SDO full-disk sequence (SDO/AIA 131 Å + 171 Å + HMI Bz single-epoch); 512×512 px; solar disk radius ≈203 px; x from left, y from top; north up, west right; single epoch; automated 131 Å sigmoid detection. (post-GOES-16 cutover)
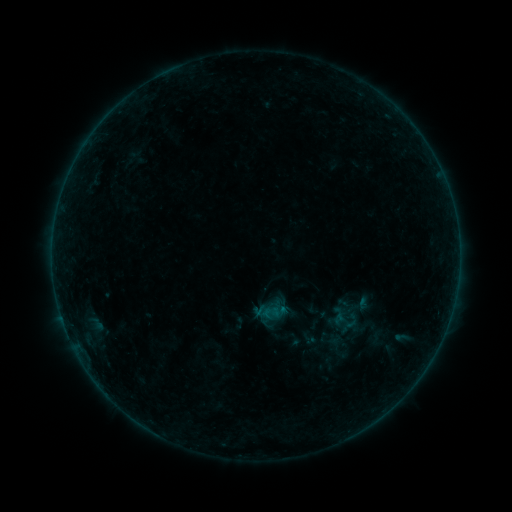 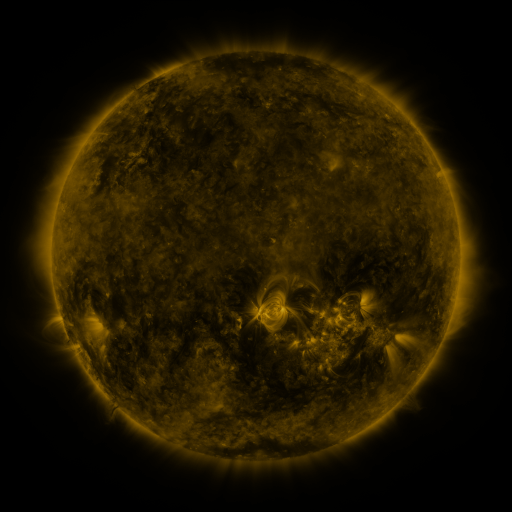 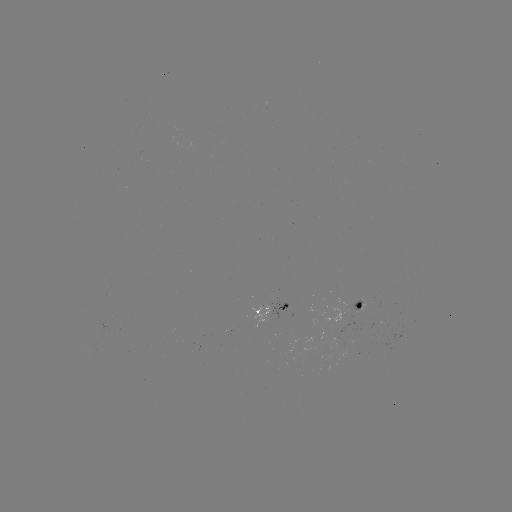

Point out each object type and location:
sigmoid: <bbox>261, 303, 281, 323</bbox>
sigmoid: <bbox>331, 308, 356, 334</bbox>
